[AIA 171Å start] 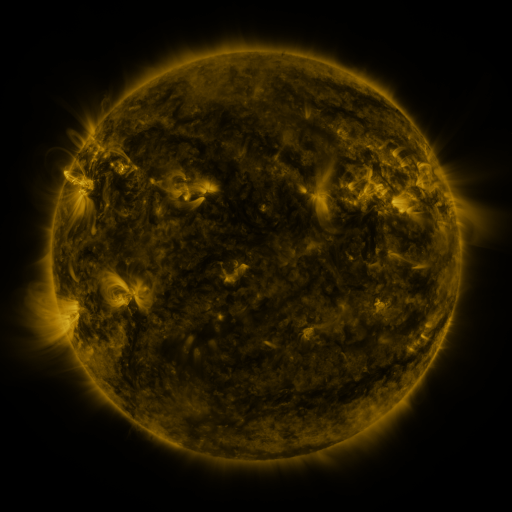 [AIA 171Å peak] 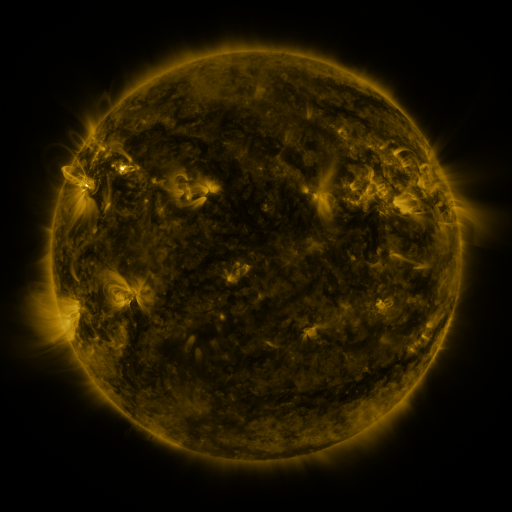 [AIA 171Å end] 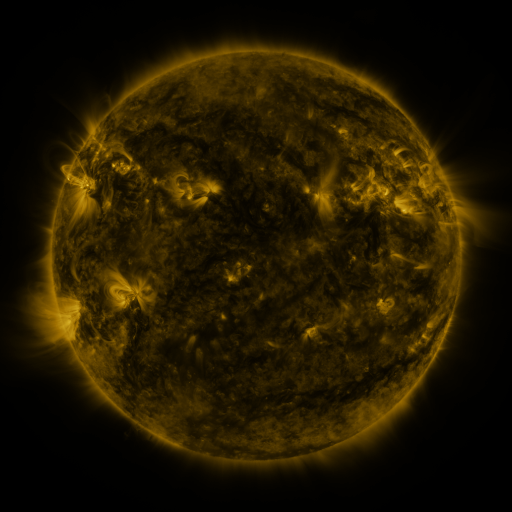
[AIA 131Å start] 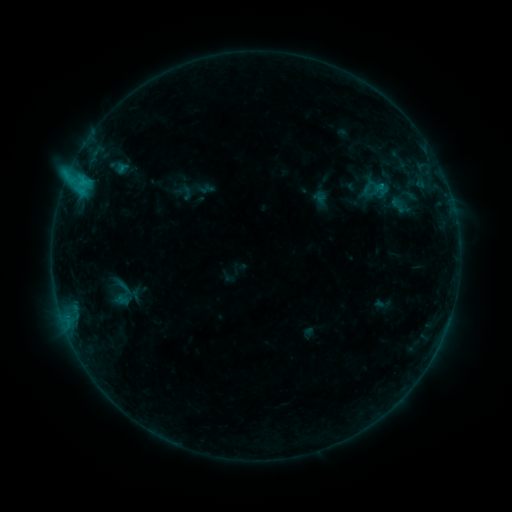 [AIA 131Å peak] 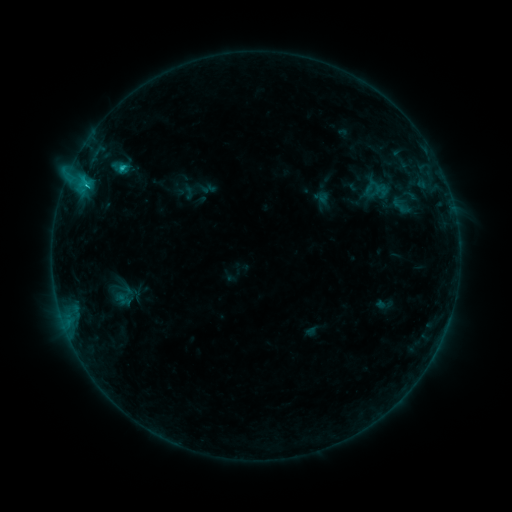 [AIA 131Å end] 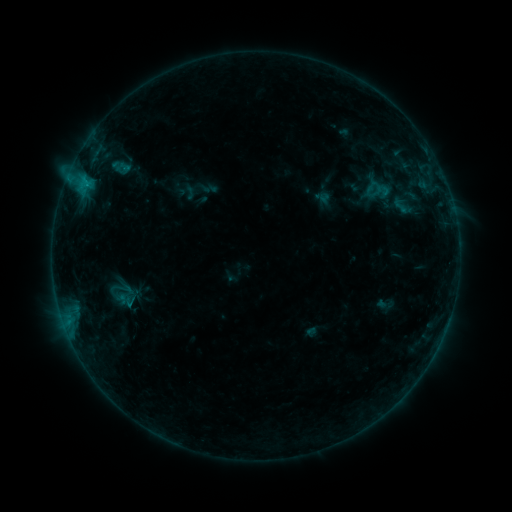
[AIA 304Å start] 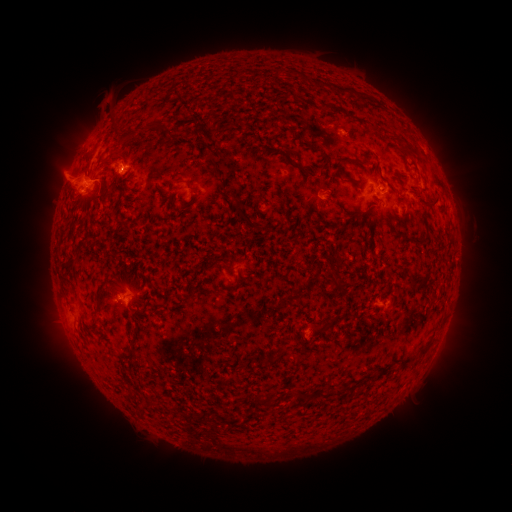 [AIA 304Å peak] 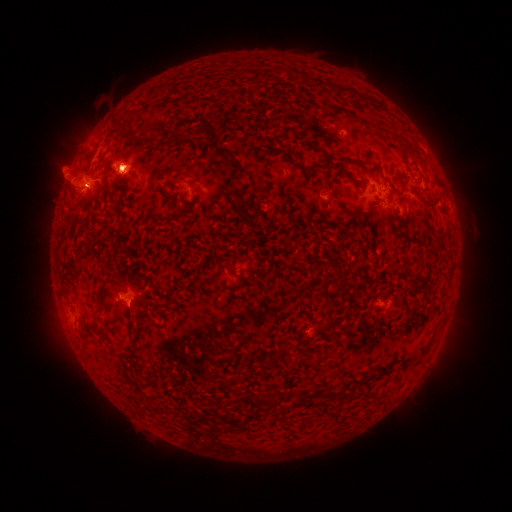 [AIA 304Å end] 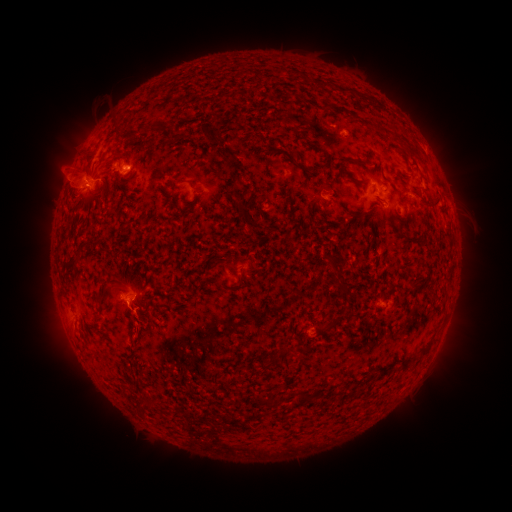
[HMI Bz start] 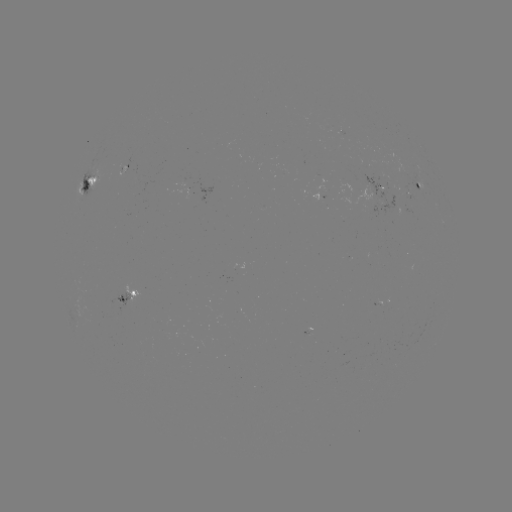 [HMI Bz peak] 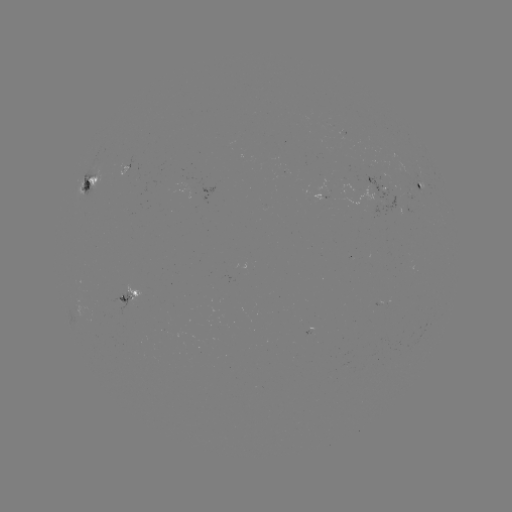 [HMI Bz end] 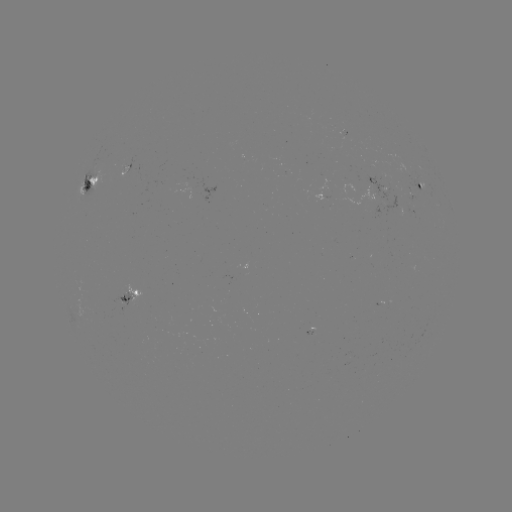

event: emerging-flux region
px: (403, 168)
